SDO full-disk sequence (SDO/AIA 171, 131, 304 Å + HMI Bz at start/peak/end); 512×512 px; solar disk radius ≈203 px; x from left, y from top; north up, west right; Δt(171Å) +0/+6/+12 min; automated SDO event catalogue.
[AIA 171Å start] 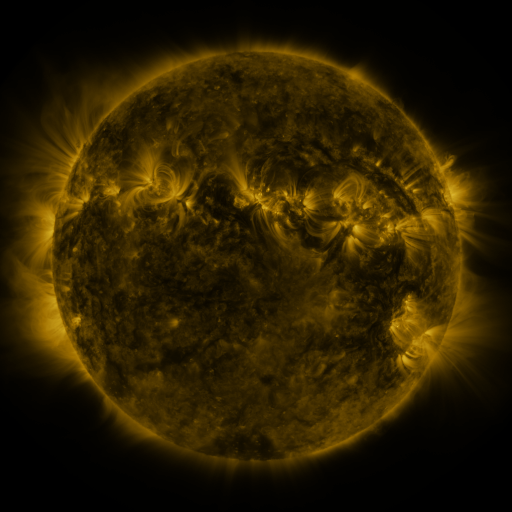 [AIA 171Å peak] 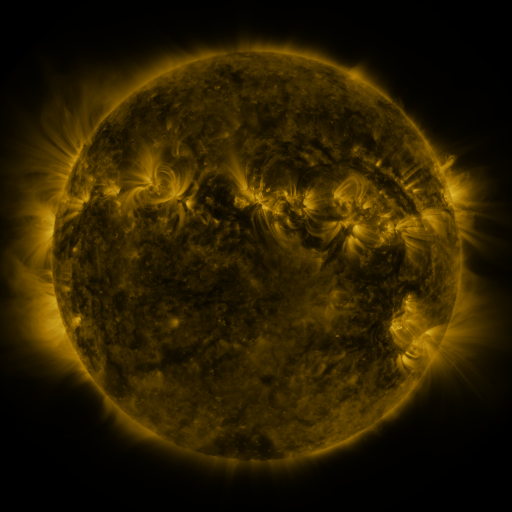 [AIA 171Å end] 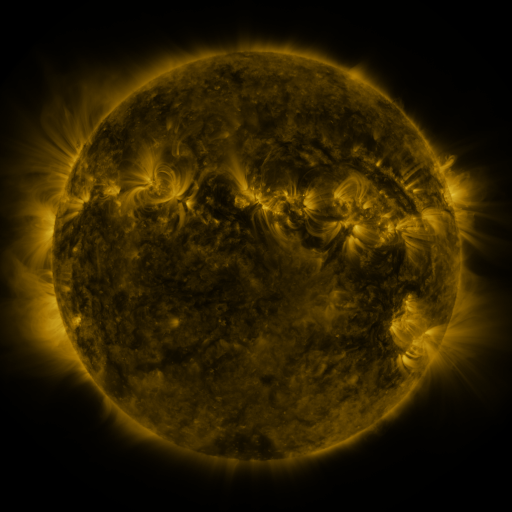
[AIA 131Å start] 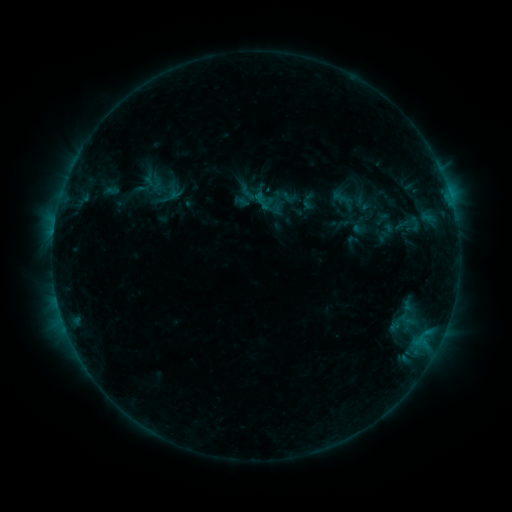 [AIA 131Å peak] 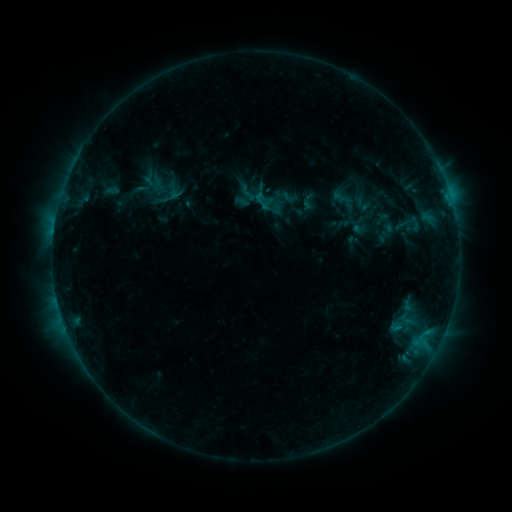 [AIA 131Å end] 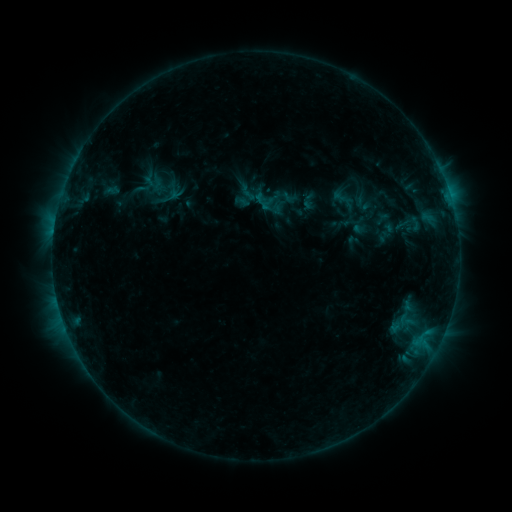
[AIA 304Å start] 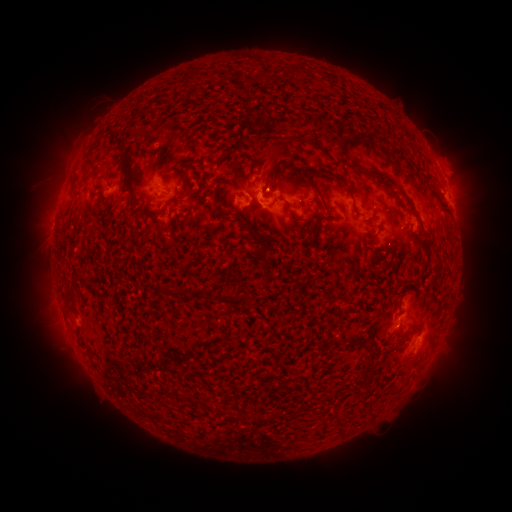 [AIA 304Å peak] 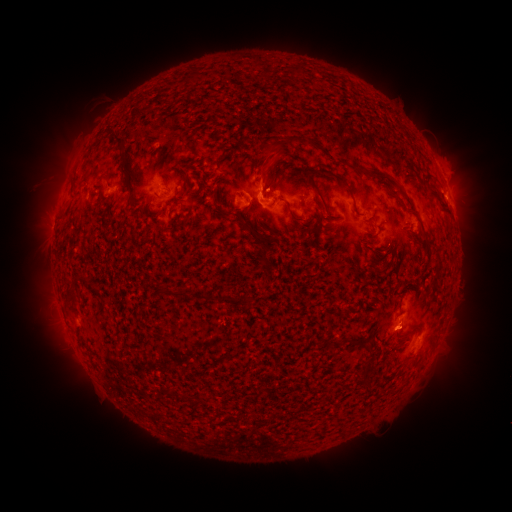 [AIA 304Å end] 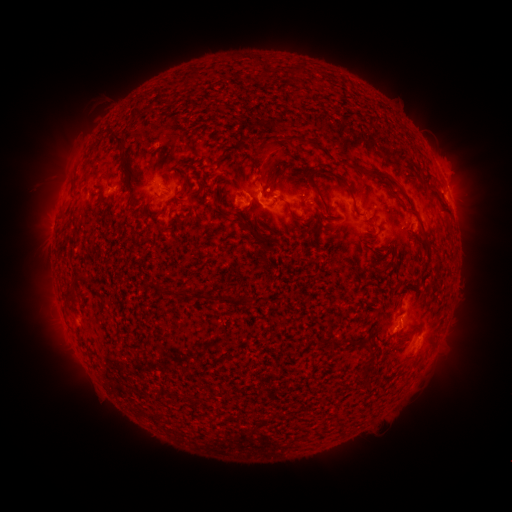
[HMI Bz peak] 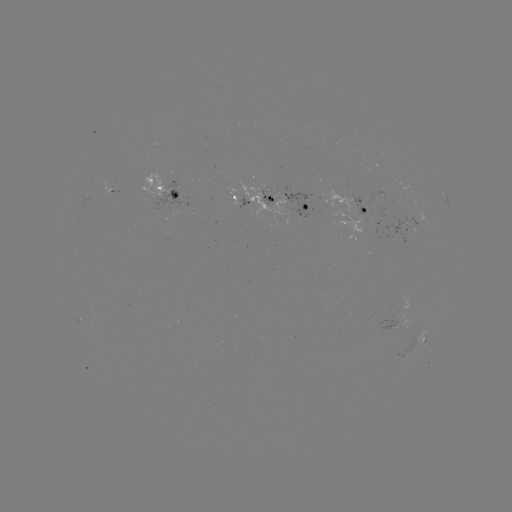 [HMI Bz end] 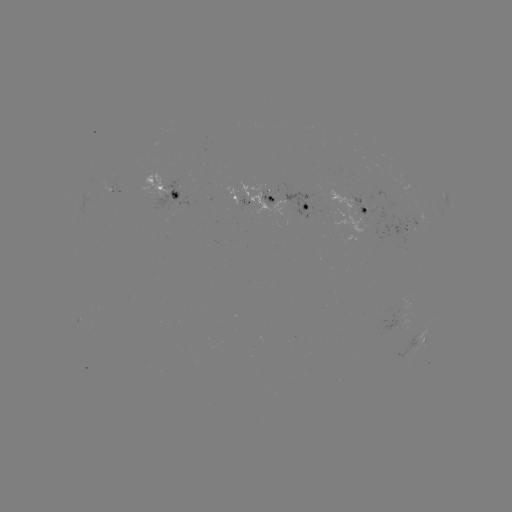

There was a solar eruption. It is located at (397, 333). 